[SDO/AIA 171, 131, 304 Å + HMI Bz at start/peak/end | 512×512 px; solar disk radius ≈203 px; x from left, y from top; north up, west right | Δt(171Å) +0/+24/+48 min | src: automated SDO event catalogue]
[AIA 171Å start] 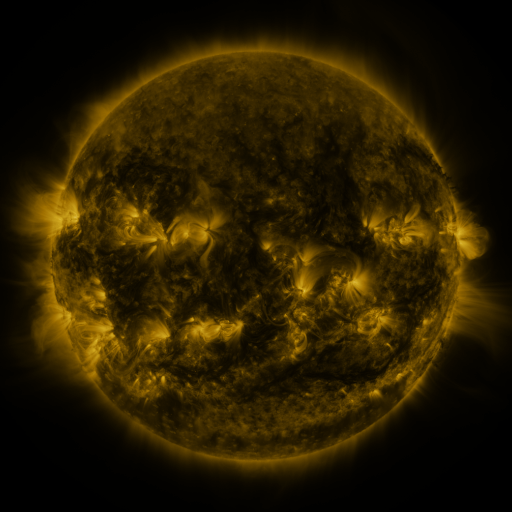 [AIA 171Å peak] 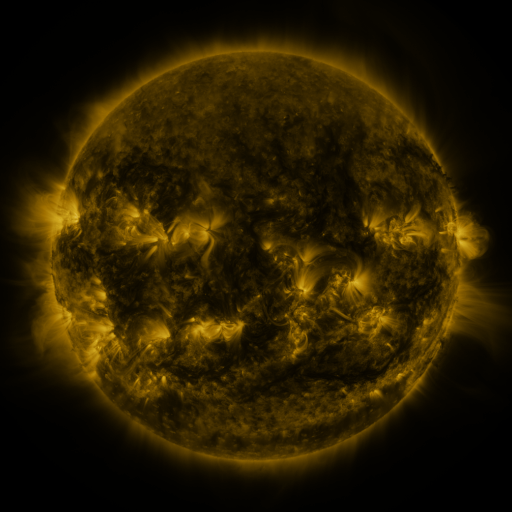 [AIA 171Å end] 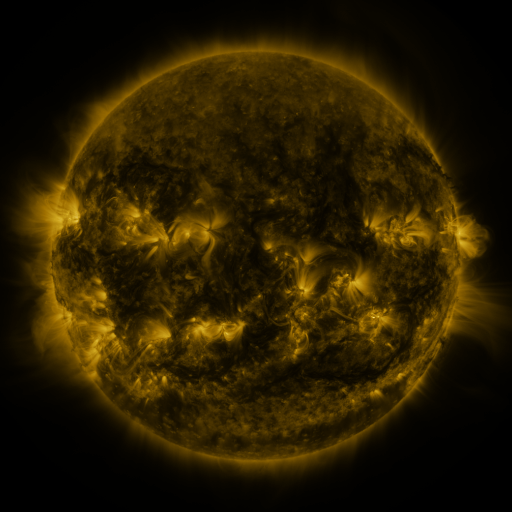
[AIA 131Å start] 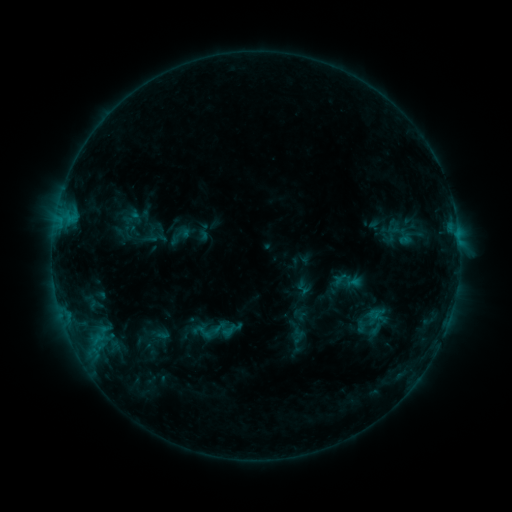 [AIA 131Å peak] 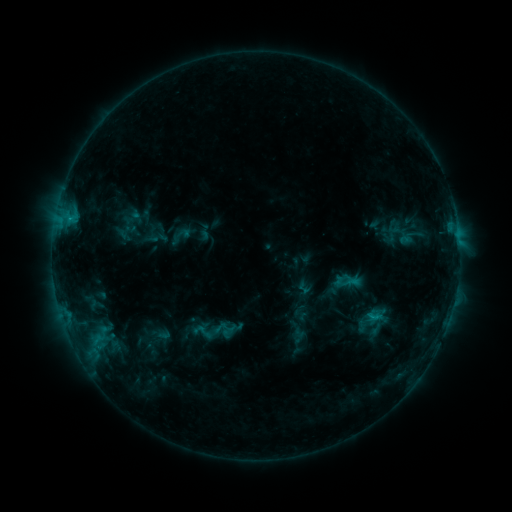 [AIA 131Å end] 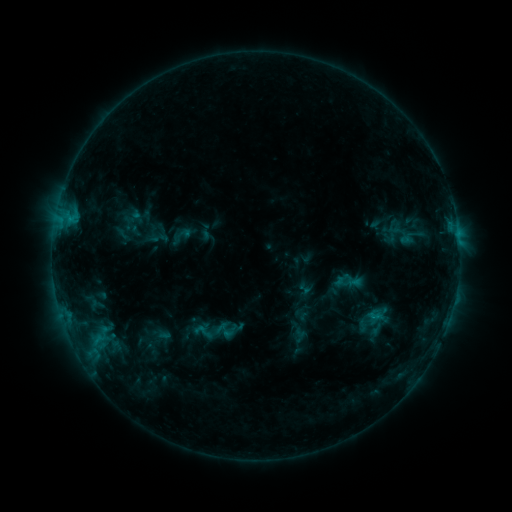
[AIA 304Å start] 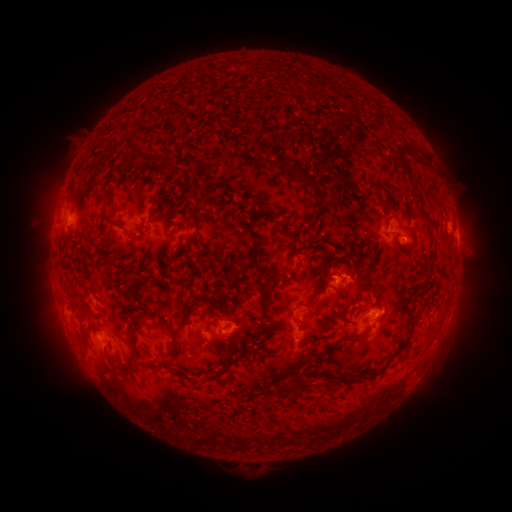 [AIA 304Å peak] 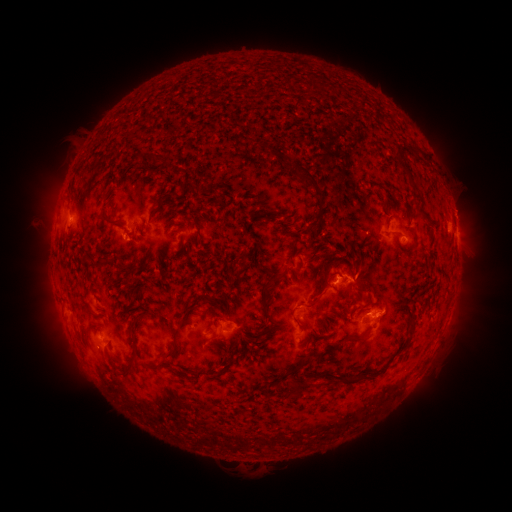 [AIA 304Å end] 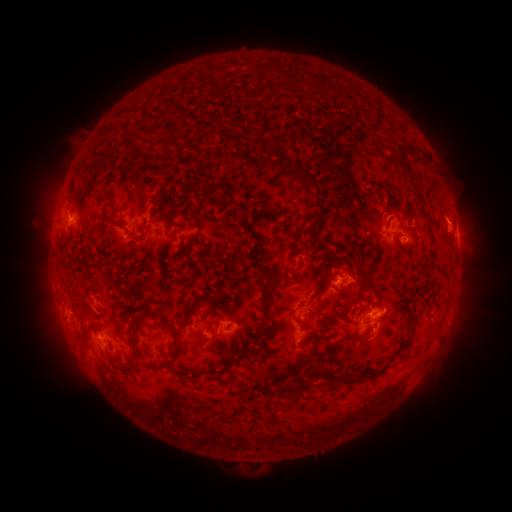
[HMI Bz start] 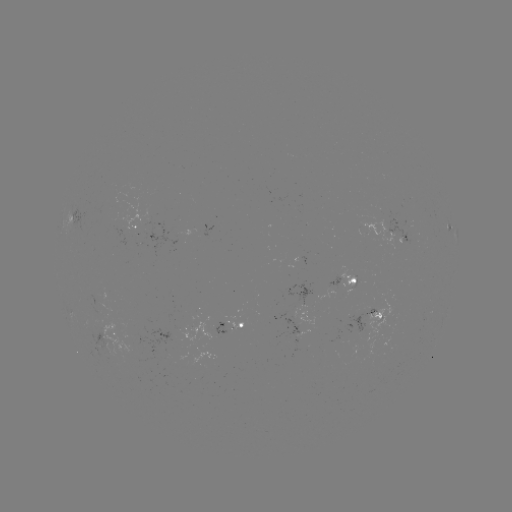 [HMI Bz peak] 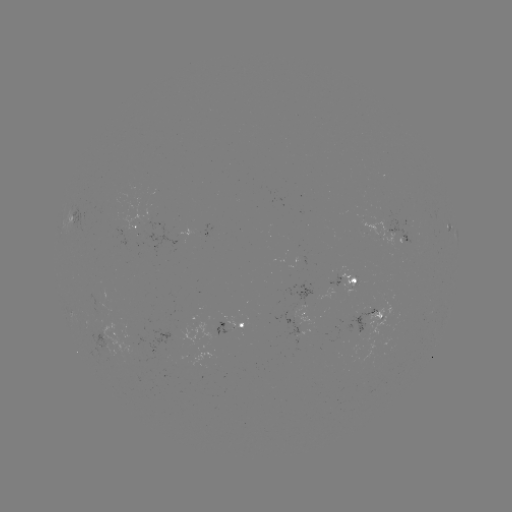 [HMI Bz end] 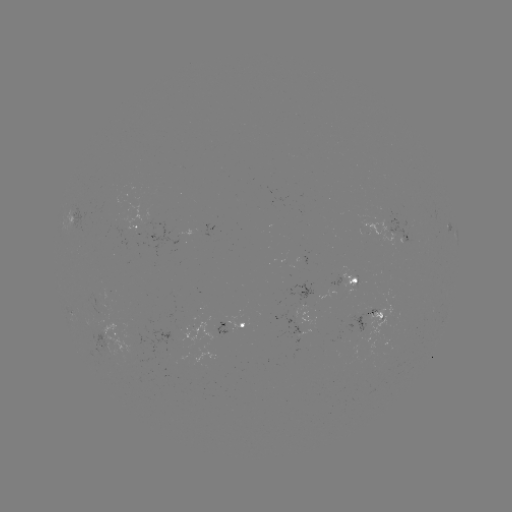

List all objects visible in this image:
C1.0 flare: (373, 316)
